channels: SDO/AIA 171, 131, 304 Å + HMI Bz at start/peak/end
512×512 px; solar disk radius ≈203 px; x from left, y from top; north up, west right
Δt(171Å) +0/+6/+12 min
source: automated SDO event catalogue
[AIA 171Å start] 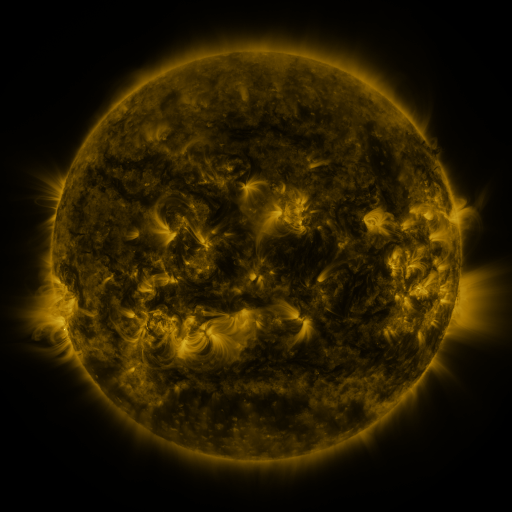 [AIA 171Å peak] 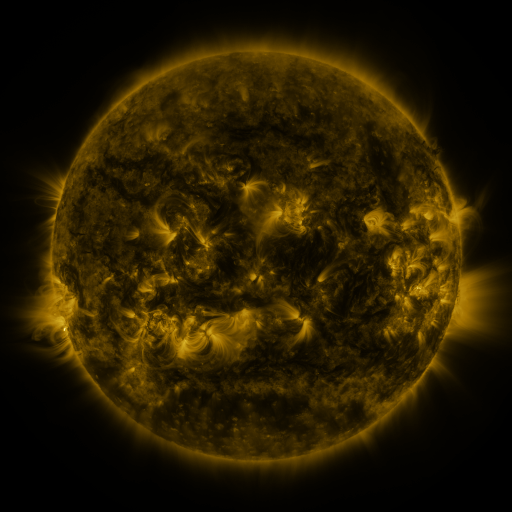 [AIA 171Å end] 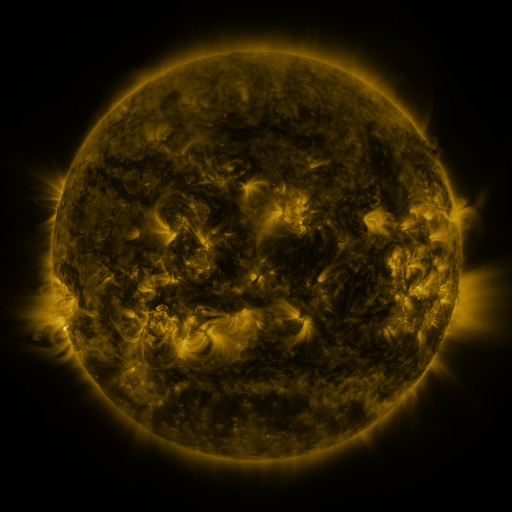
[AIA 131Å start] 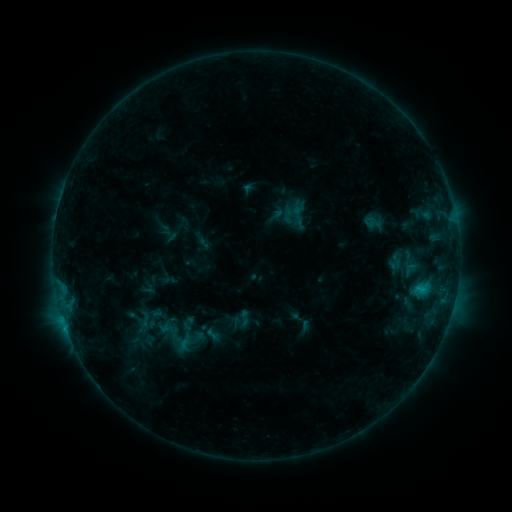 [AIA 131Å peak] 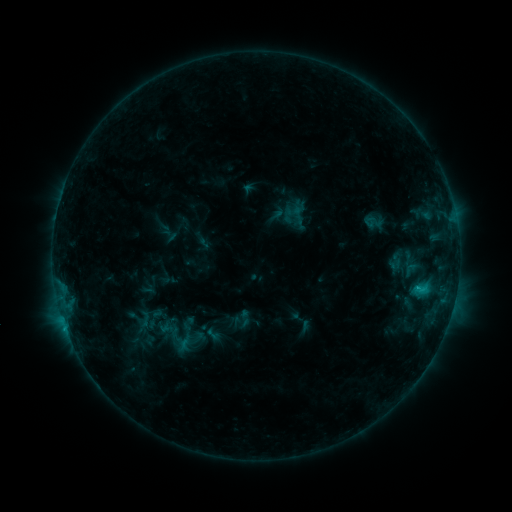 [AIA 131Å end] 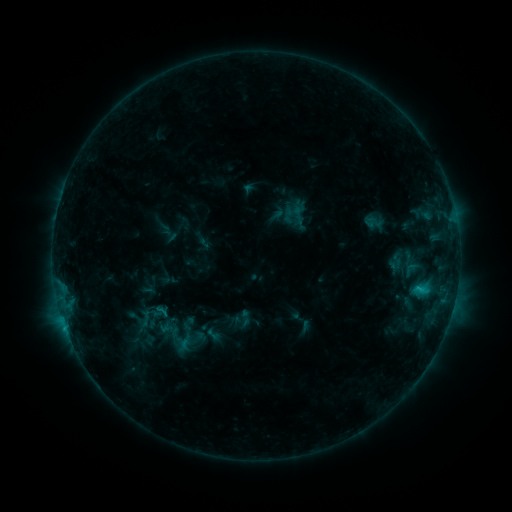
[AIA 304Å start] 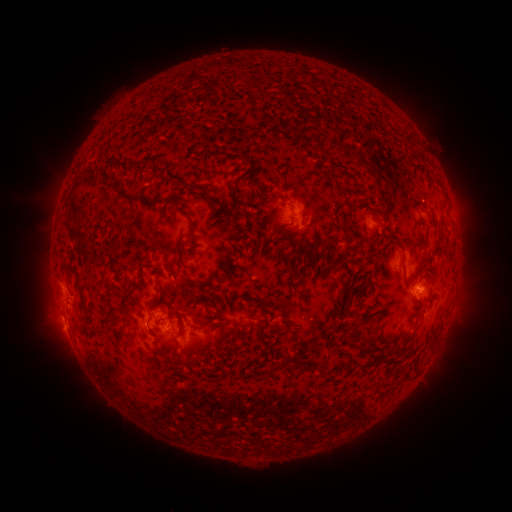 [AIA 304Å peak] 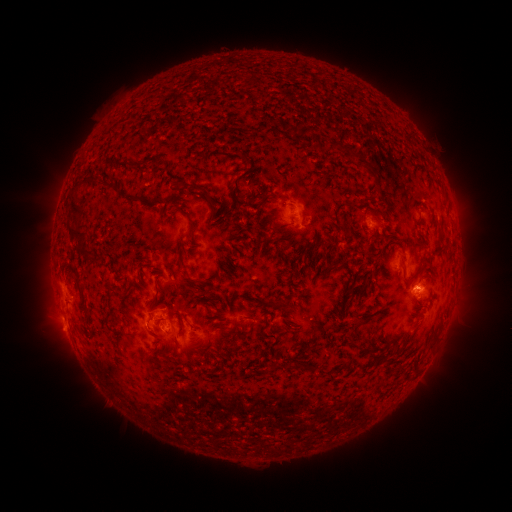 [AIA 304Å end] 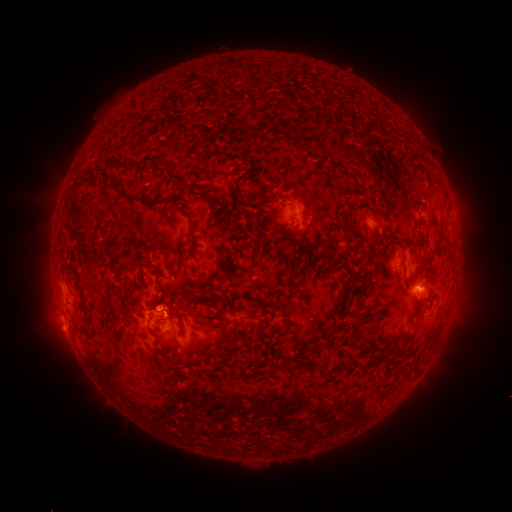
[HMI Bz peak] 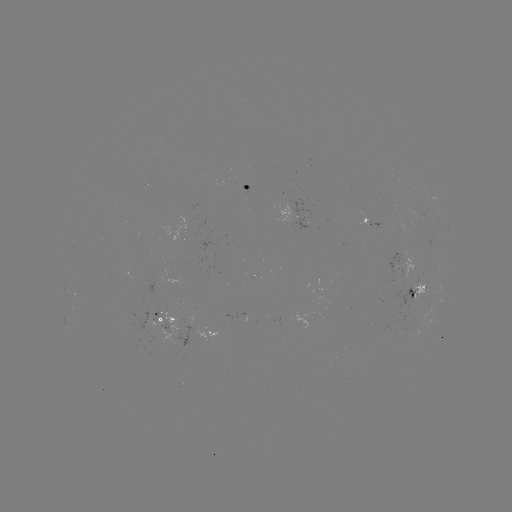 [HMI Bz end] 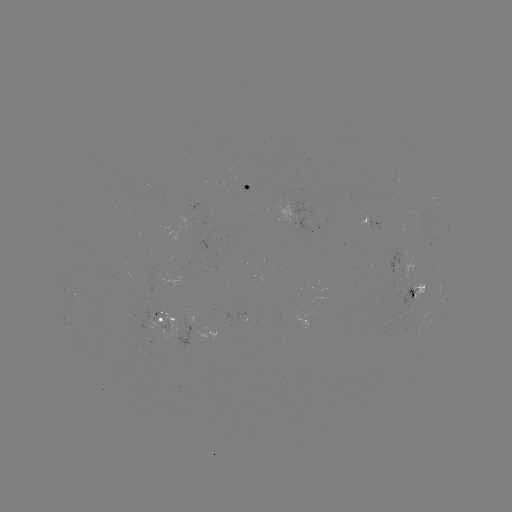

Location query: eruption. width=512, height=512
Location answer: [165, 302].